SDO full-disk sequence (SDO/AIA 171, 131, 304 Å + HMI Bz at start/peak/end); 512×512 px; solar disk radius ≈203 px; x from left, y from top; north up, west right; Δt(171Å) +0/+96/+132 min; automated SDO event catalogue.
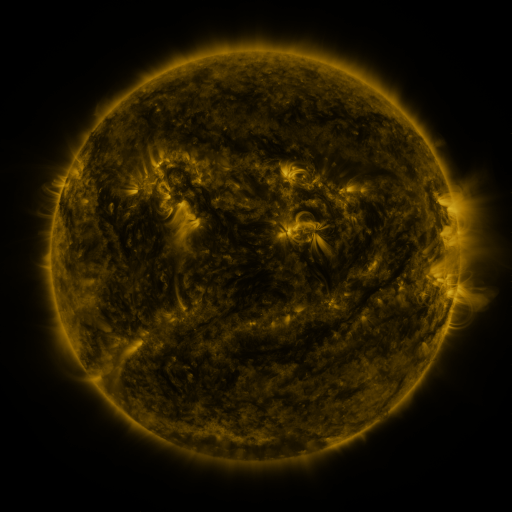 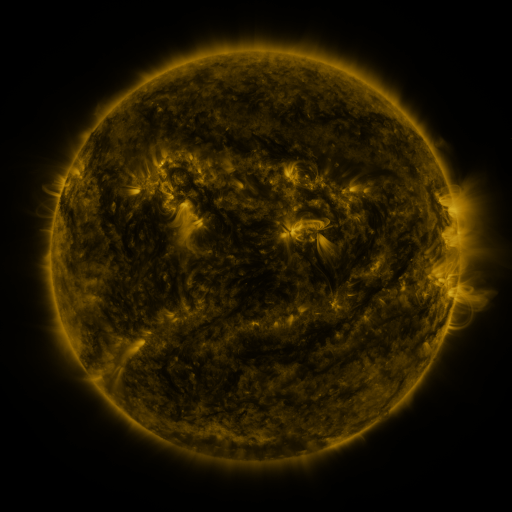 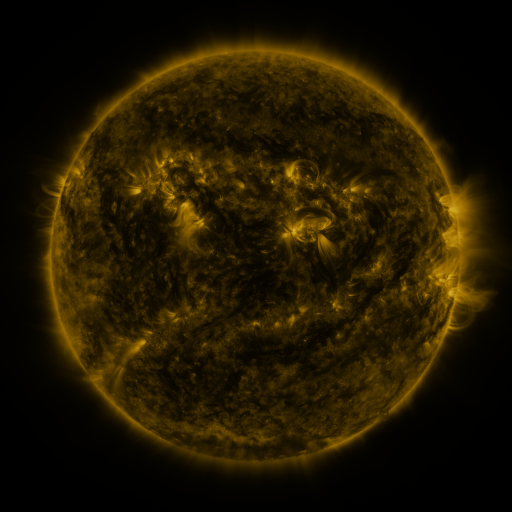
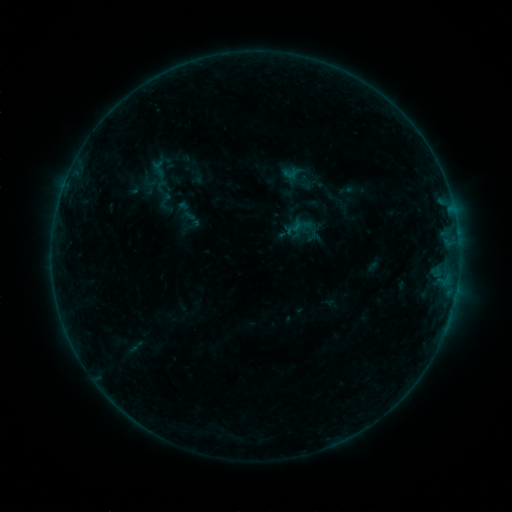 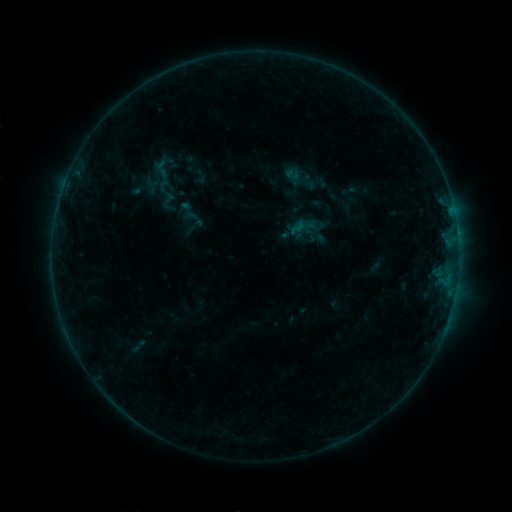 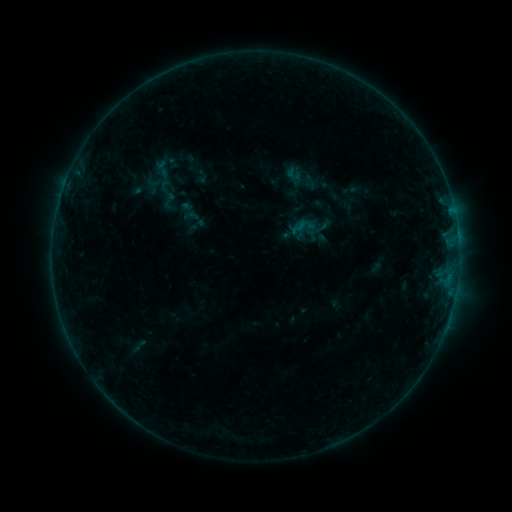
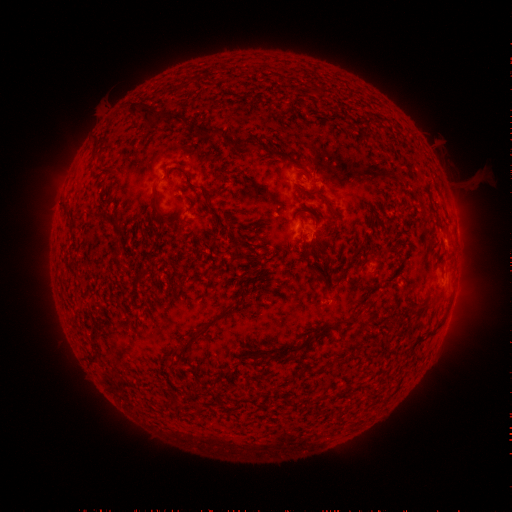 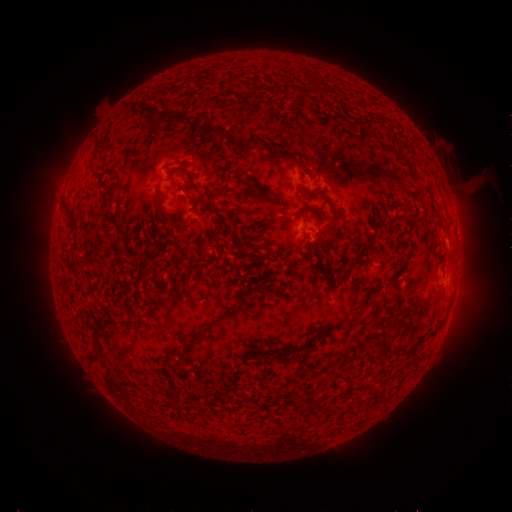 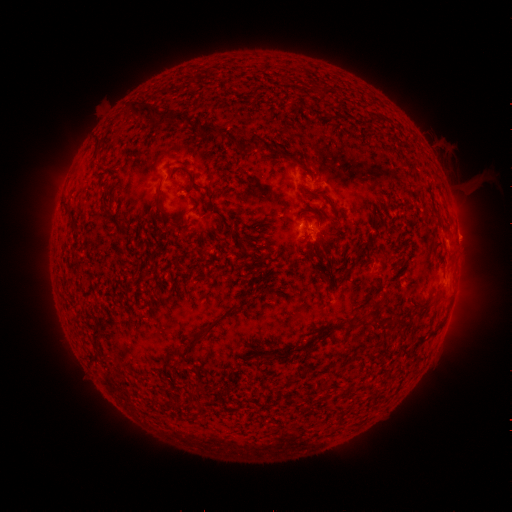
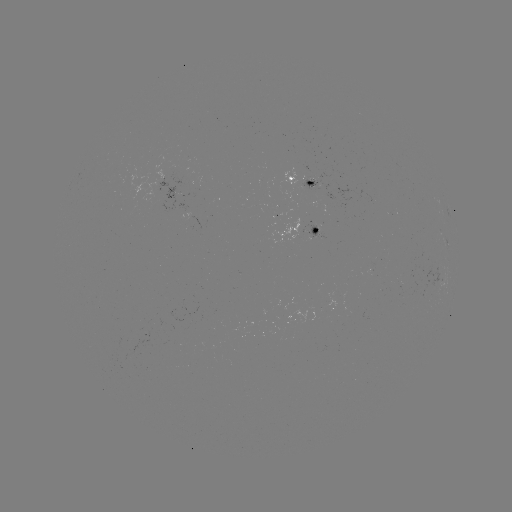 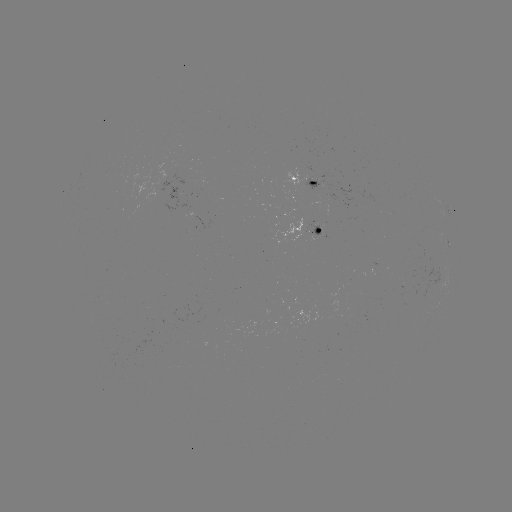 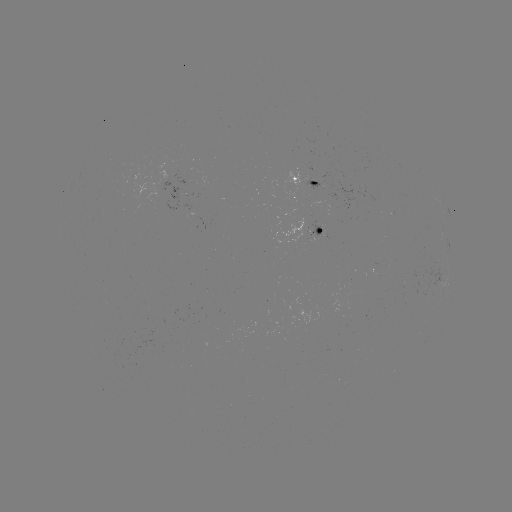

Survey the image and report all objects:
emerging-flux region: (309, 182)
